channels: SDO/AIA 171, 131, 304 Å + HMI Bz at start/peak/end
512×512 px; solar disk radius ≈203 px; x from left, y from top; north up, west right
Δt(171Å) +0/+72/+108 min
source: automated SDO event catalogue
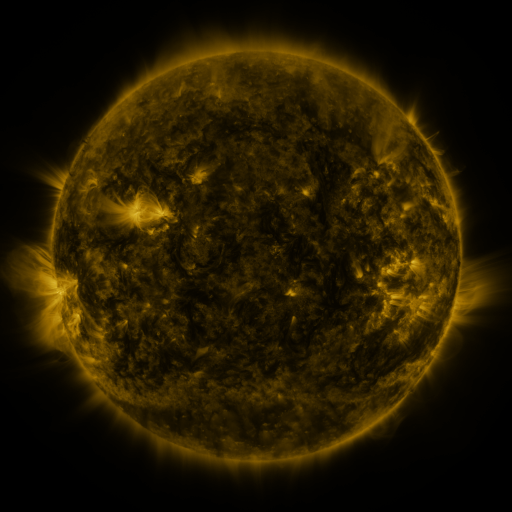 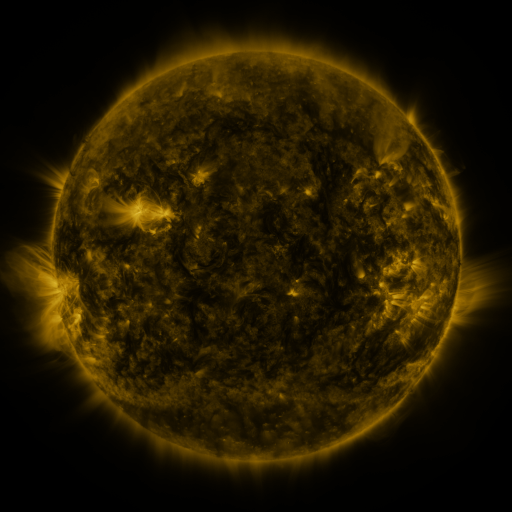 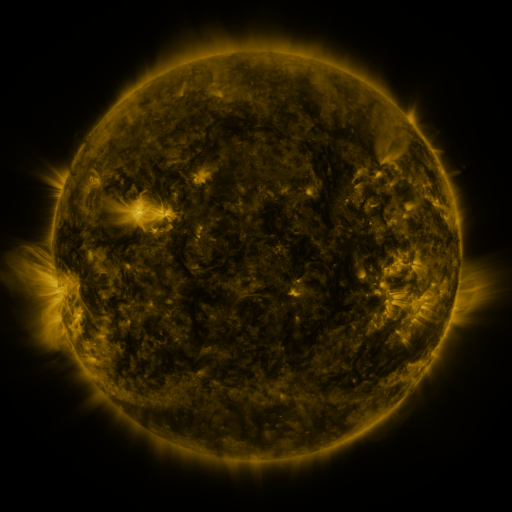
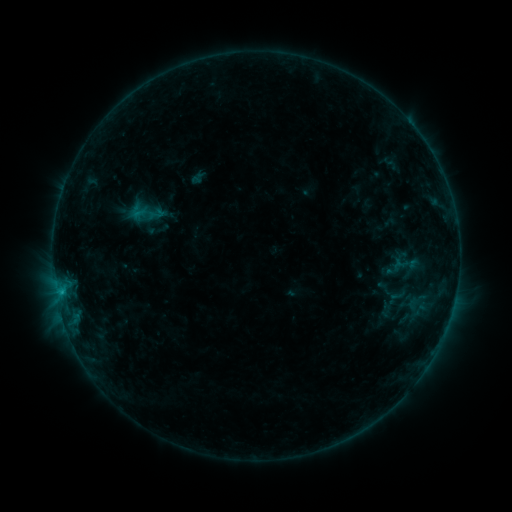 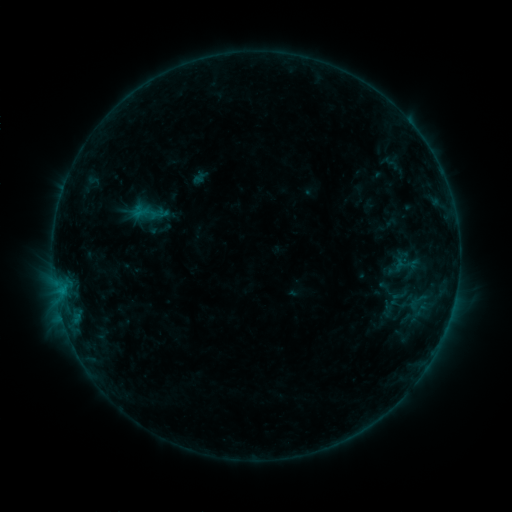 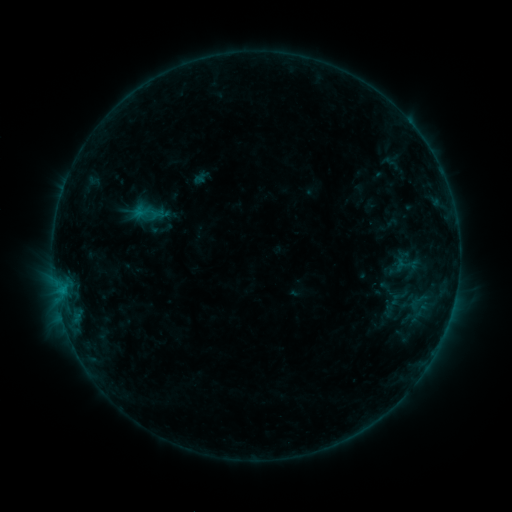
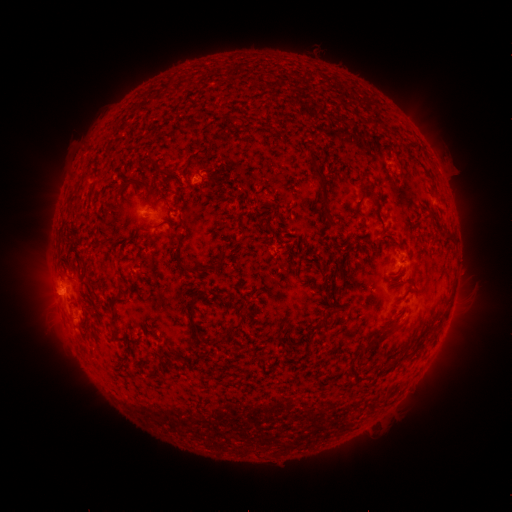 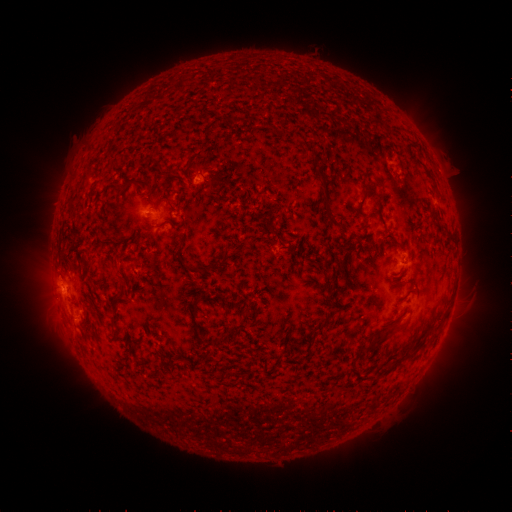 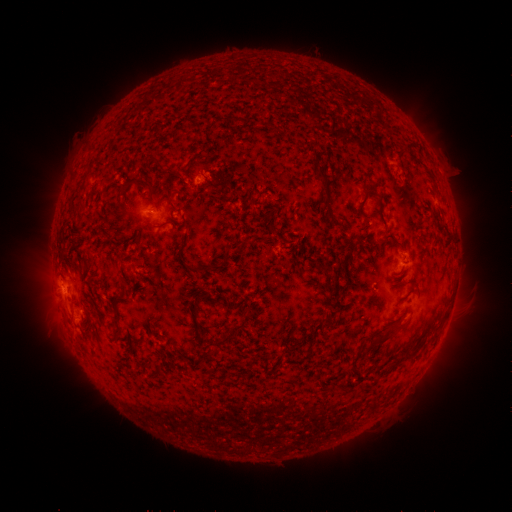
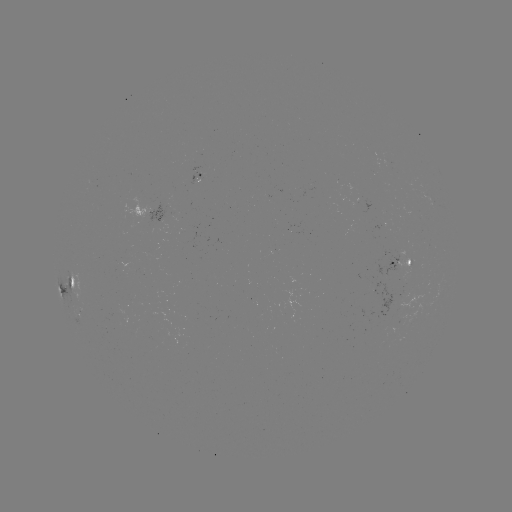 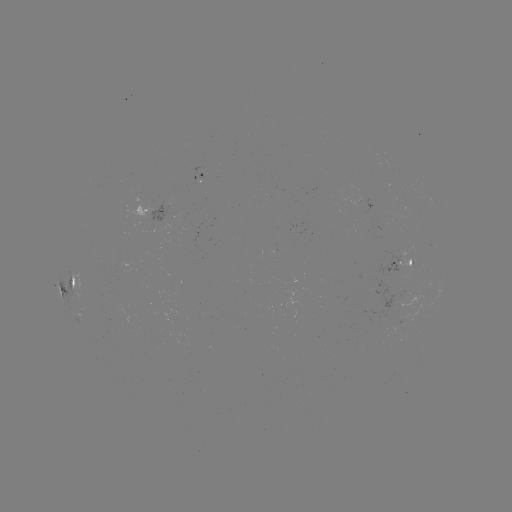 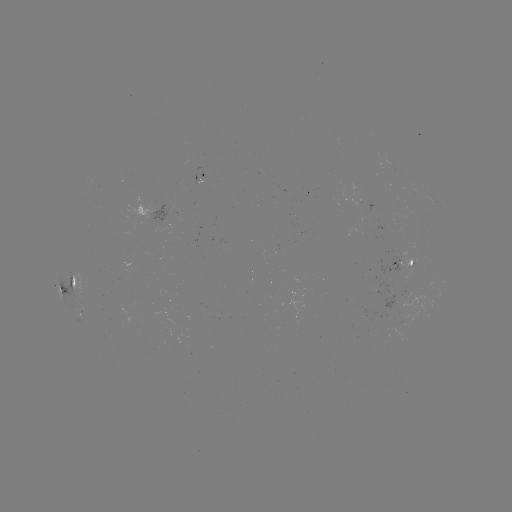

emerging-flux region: [169, 190, 176, 201]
